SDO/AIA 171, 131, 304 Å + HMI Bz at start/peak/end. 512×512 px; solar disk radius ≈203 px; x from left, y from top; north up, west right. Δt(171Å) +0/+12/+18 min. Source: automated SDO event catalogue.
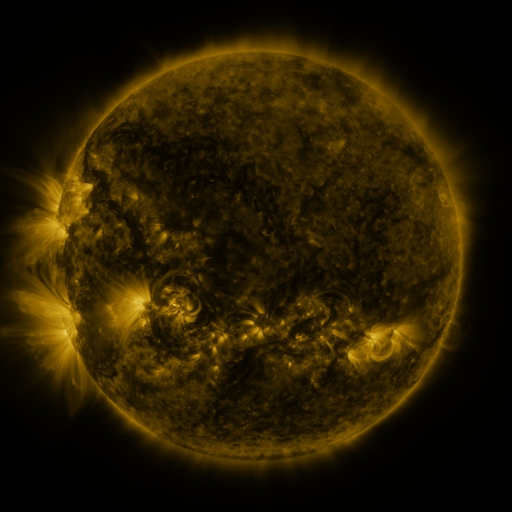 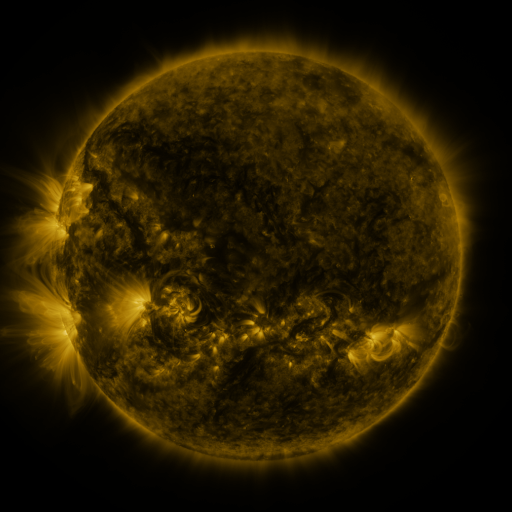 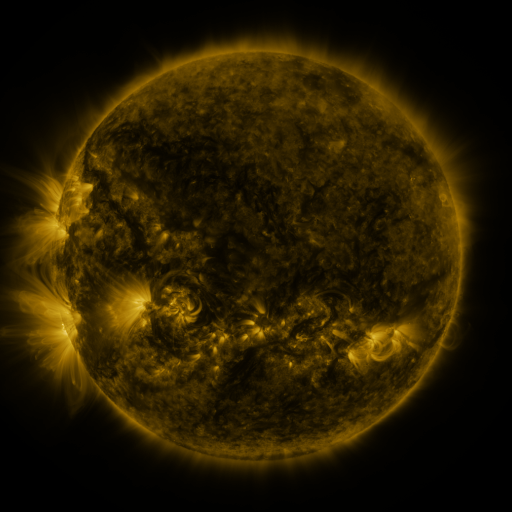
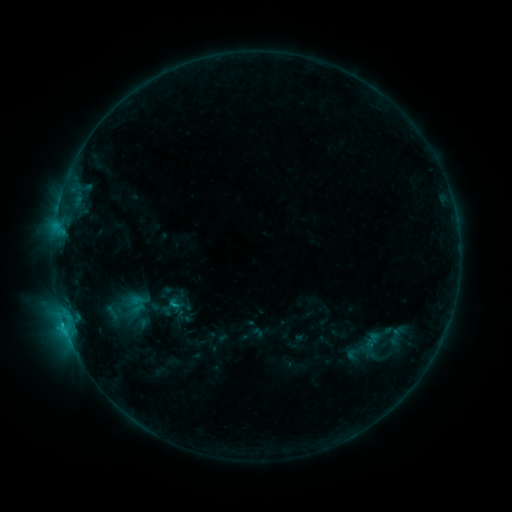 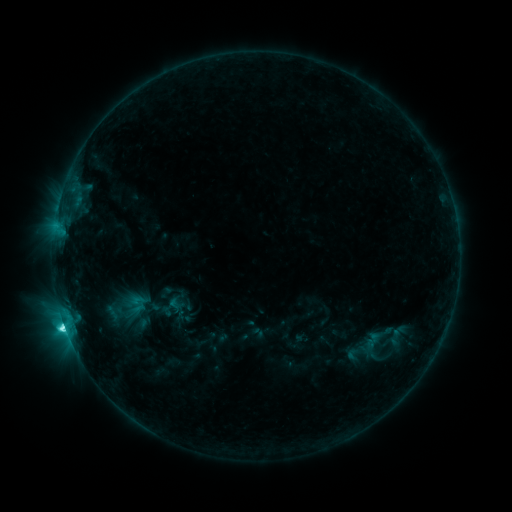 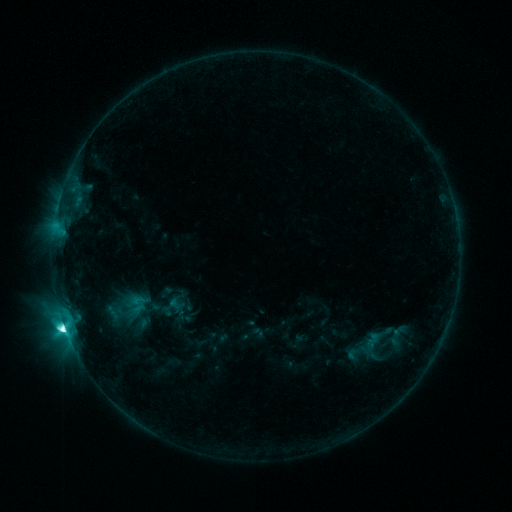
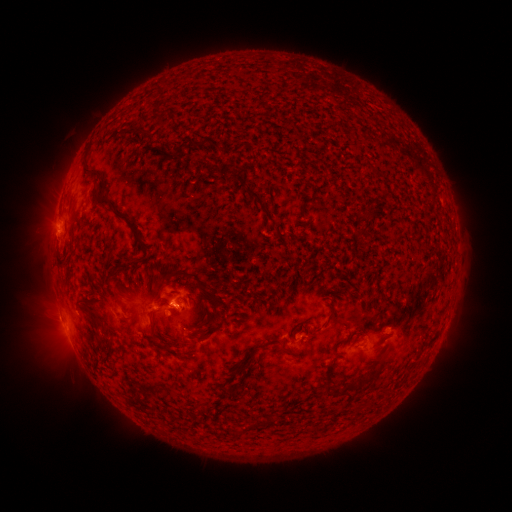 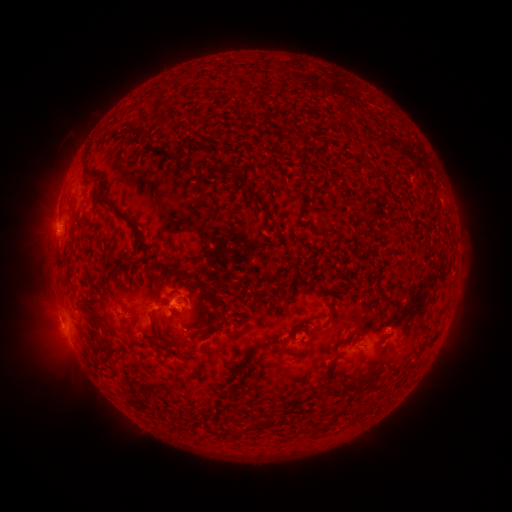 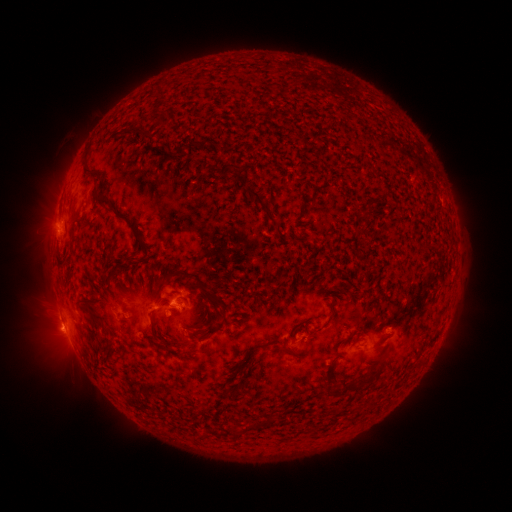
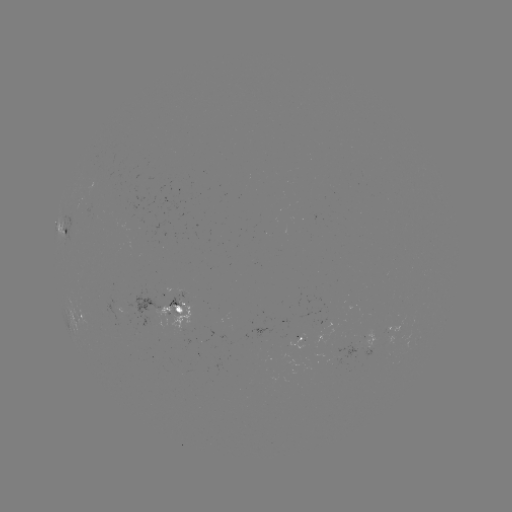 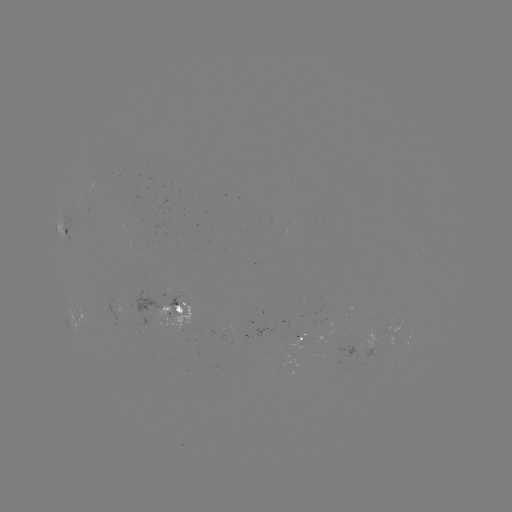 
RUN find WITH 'C8.6 flare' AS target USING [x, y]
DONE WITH [66, 322] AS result